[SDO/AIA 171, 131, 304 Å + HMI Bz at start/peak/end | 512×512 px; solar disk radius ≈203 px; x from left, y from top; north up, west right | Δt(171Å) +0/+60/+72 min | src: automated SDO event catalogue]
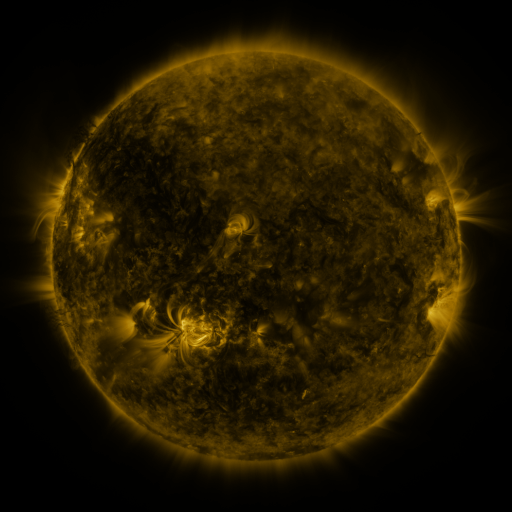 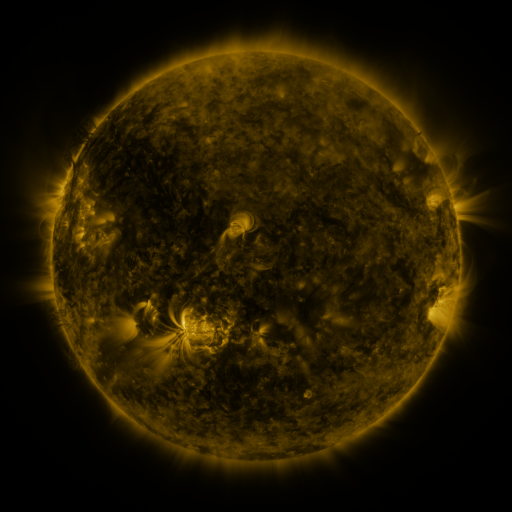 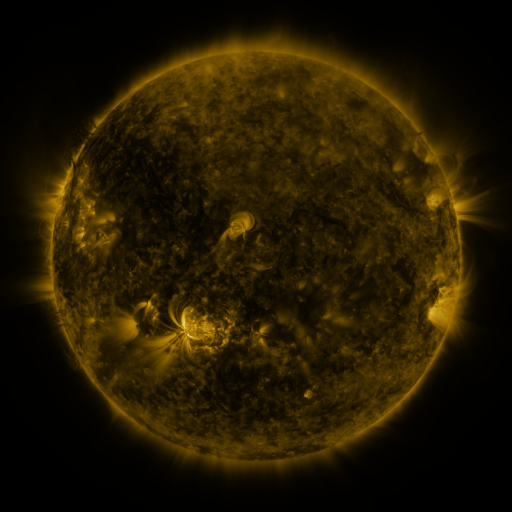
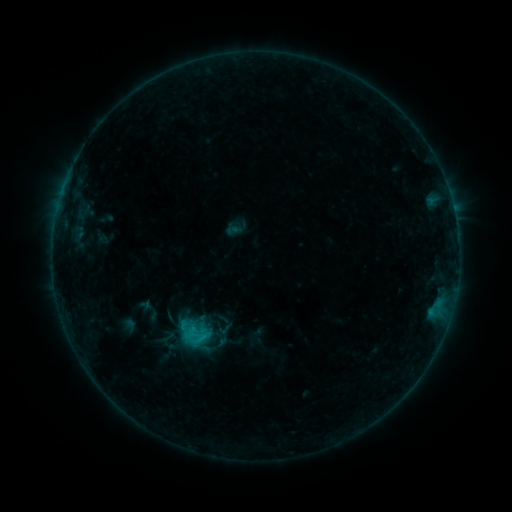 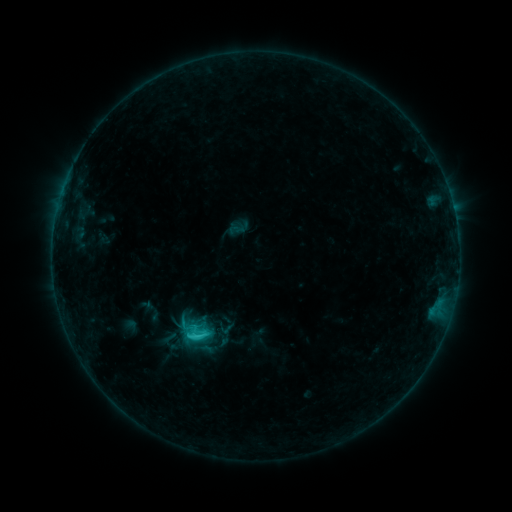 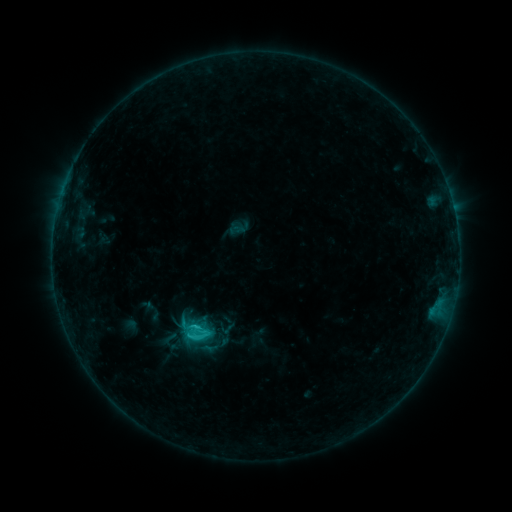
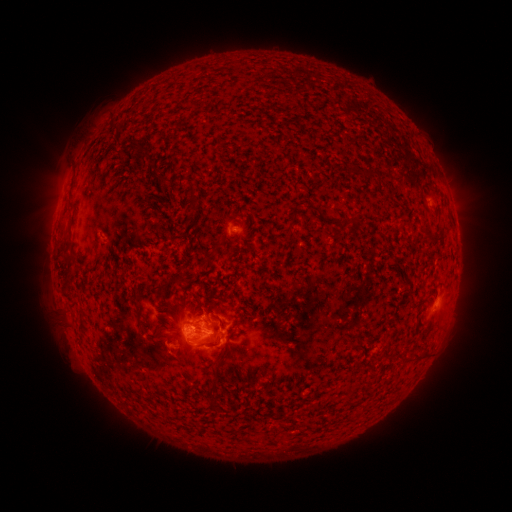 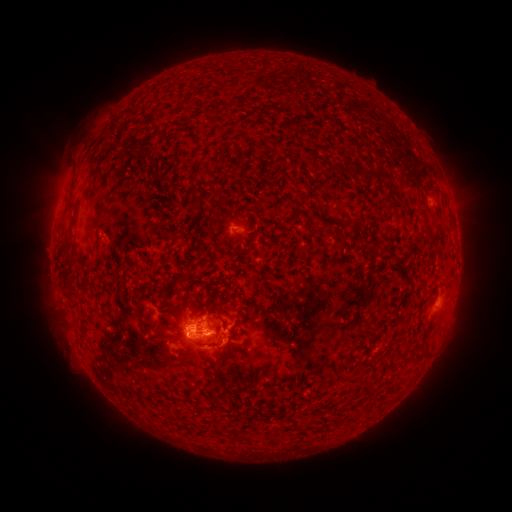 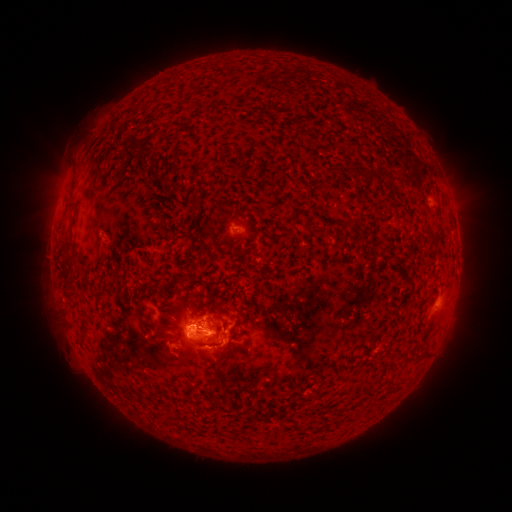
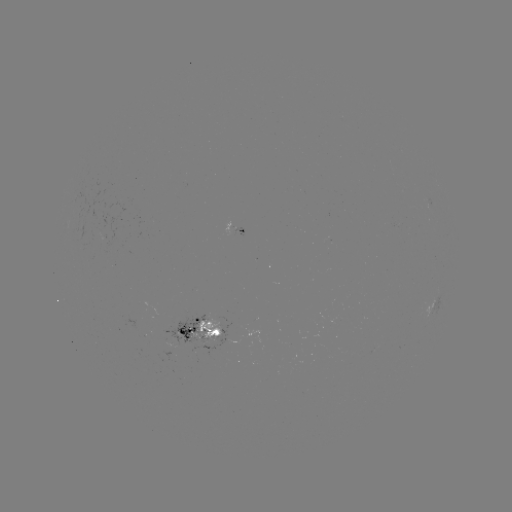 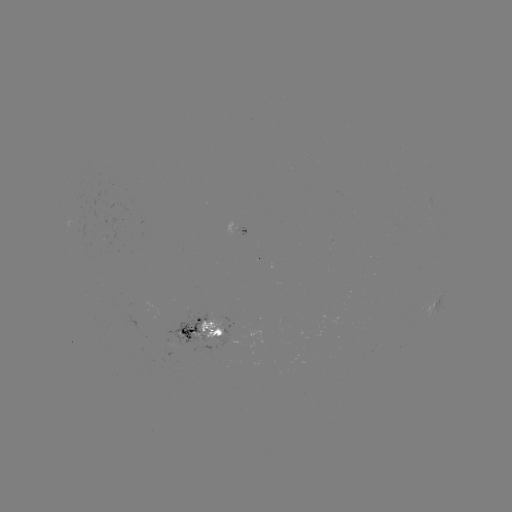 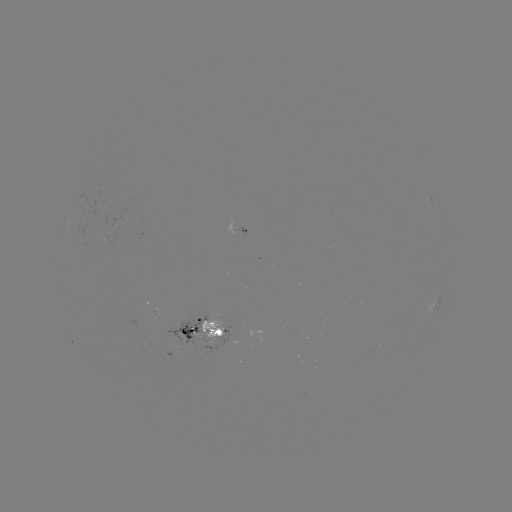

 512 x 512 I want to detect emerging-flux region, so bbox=[197, 318, 223, 342].